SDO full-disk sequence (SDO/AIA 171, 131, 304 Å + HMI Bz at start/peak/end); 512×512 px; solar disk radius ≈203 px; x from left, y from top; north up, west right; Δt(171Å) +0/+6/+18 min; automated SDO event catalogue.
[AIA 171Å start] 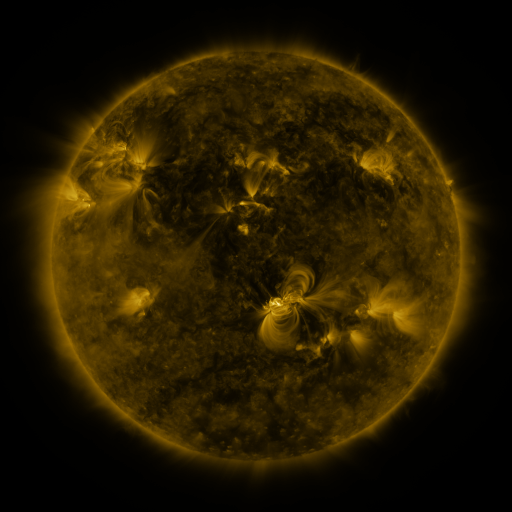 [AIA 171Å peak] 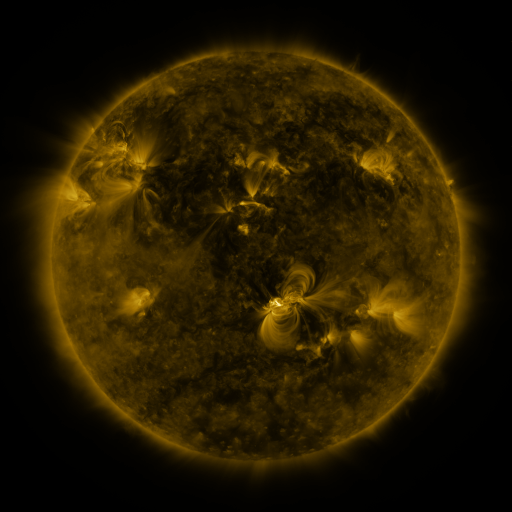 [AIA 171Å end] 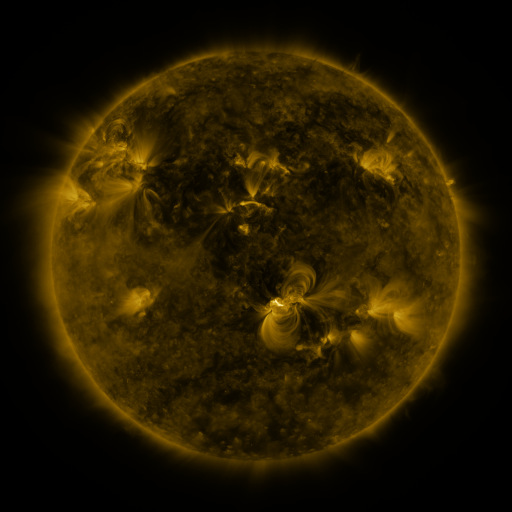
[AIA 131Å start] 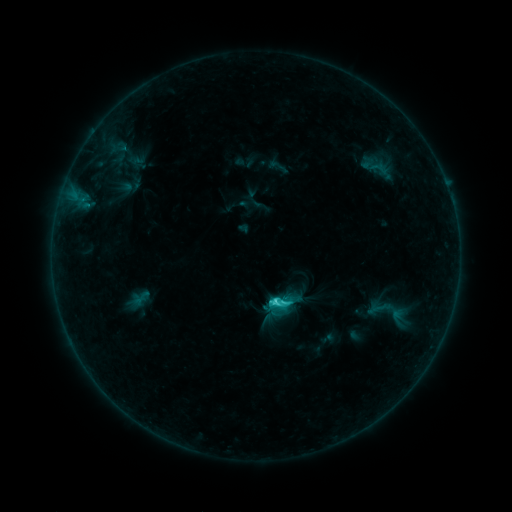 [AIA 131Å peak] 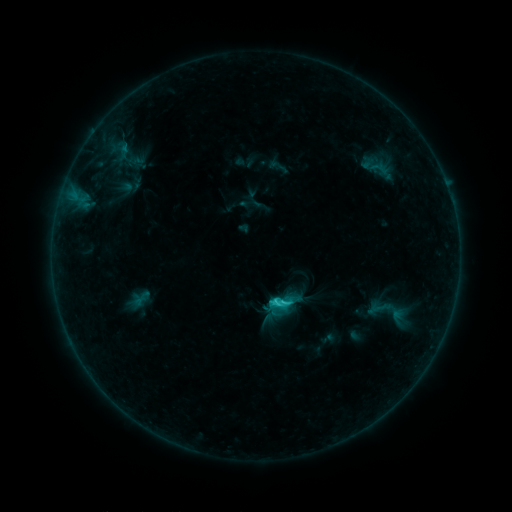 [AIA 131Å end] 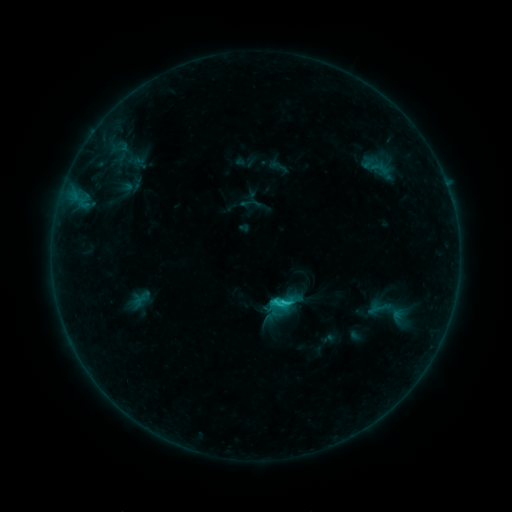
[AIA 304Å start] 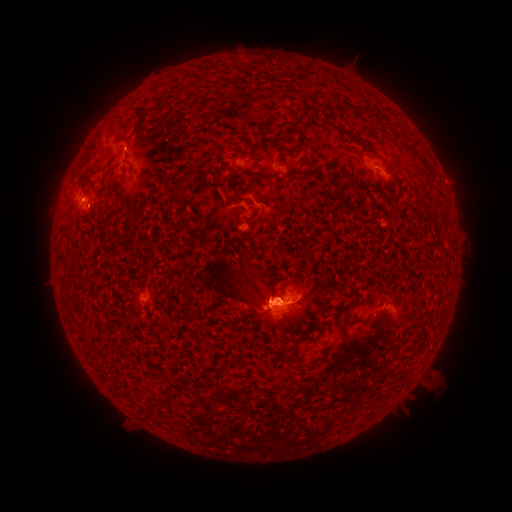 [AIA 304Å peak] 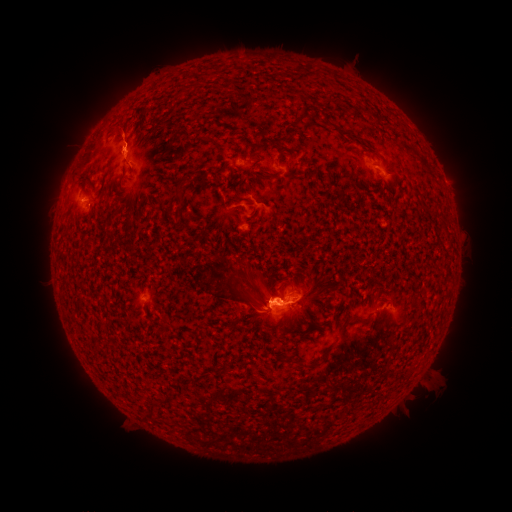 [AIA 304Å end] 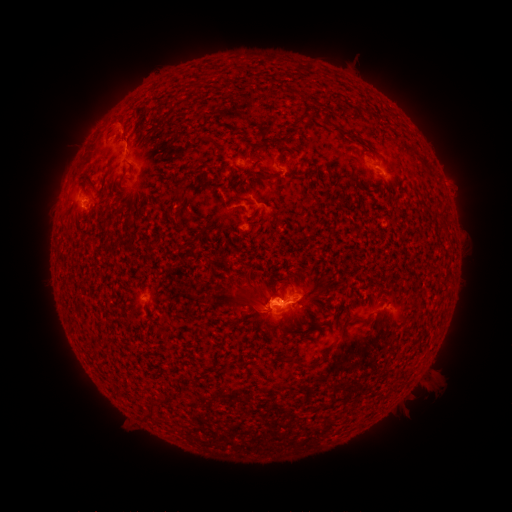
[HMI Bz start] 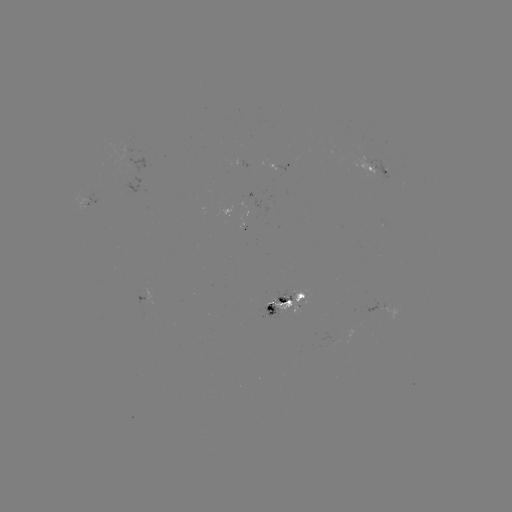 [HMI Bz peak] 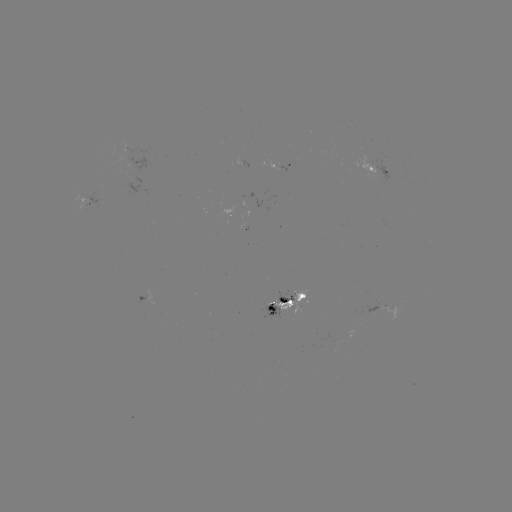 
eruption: <bbox>97, 101, 140, 171</bbox>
